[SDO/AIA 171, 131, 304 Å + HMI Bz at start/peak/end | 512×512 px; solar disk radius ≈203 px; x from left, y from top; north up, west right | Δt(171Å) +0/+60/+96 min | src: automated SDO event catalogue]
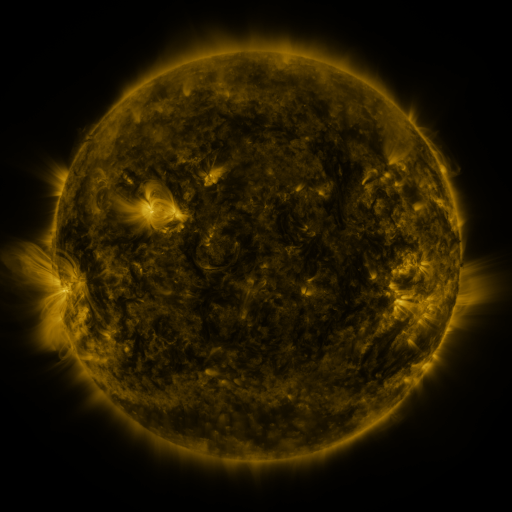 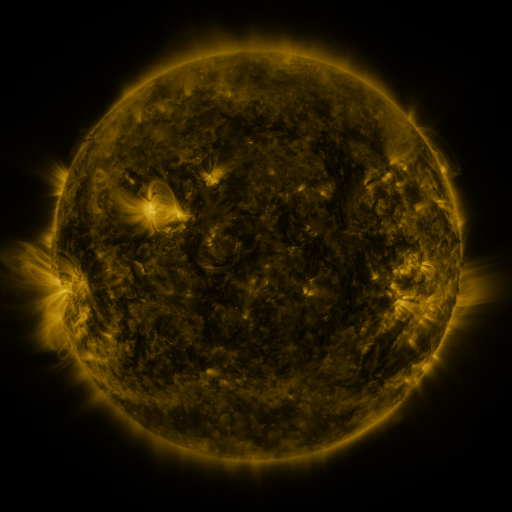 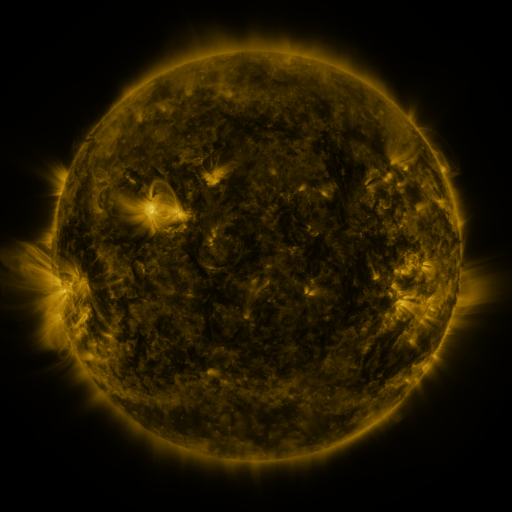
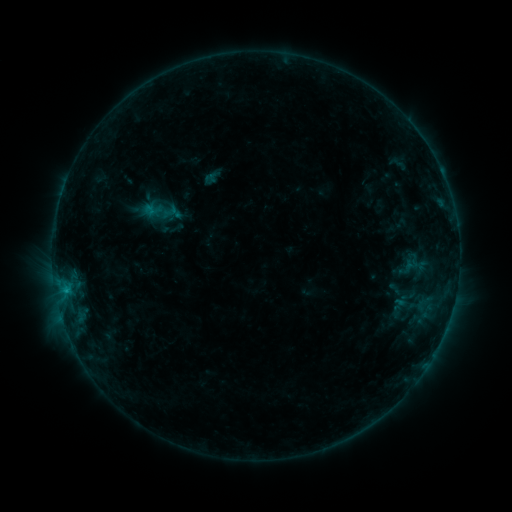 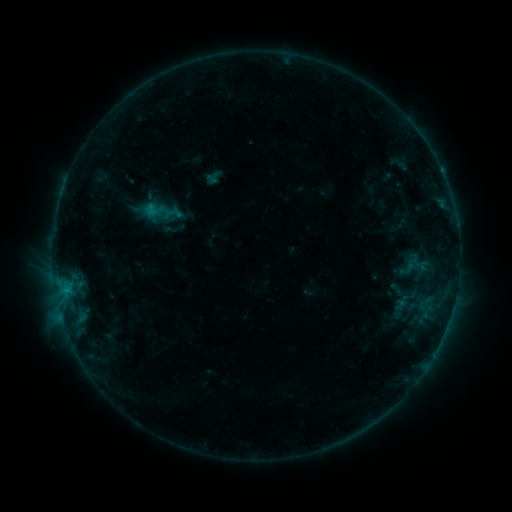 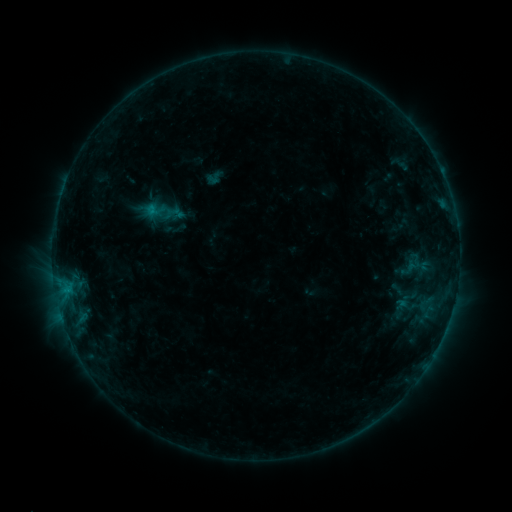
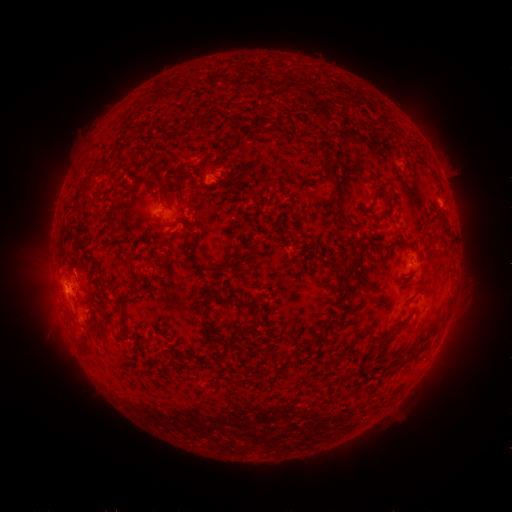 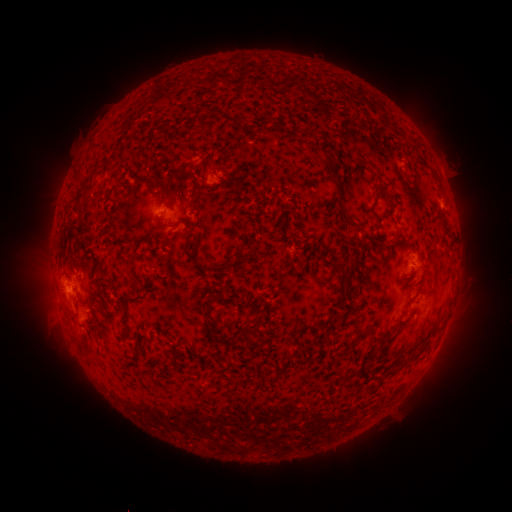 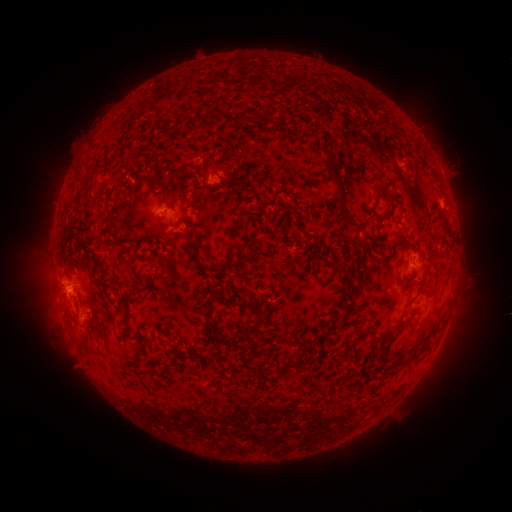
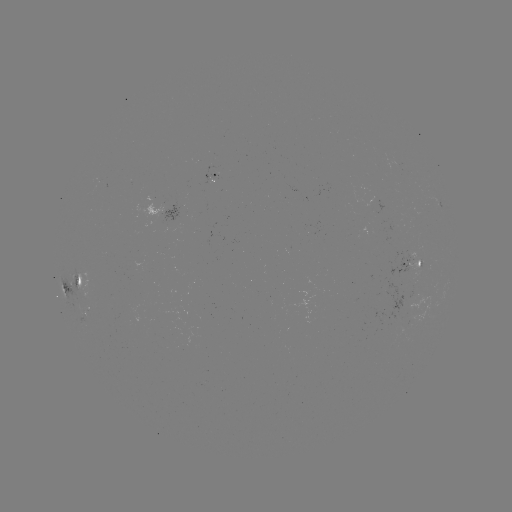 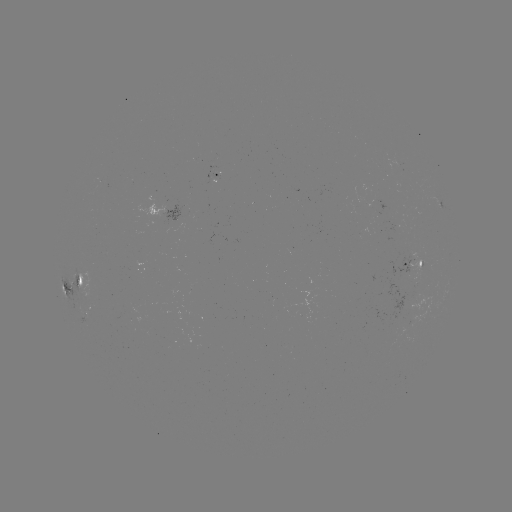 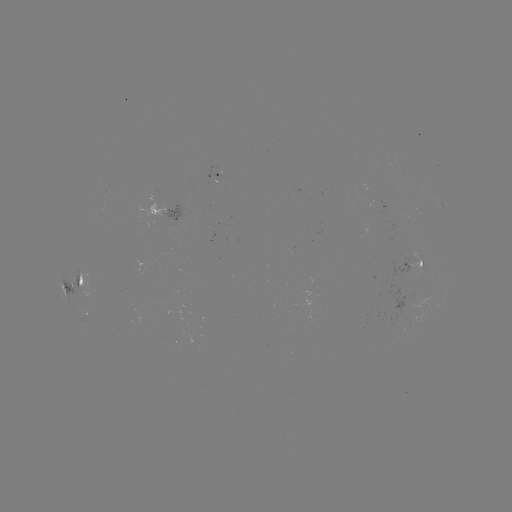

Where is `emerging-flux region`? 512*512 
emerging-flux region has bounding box [165, 206, 178, 230].